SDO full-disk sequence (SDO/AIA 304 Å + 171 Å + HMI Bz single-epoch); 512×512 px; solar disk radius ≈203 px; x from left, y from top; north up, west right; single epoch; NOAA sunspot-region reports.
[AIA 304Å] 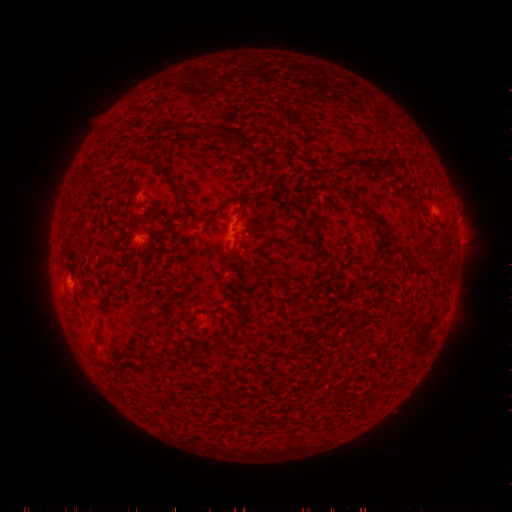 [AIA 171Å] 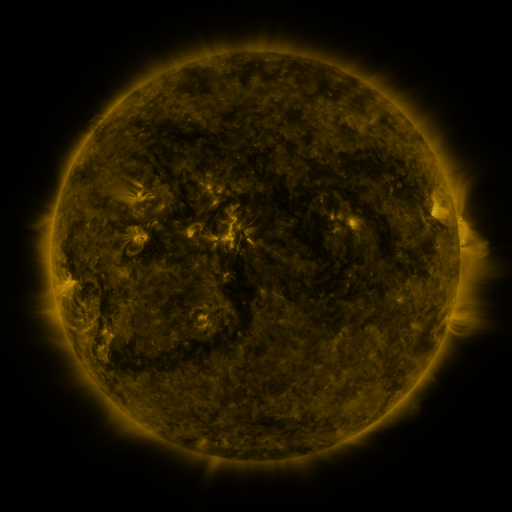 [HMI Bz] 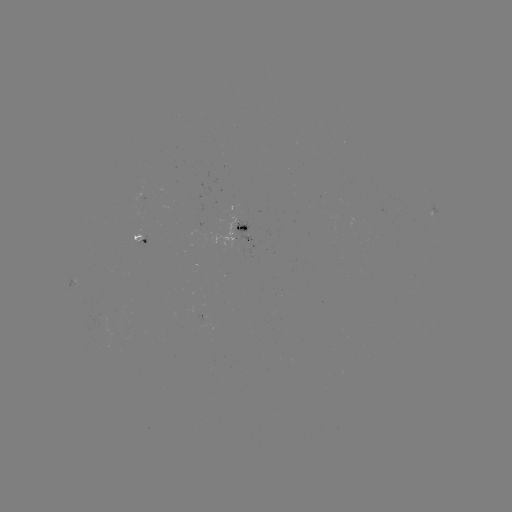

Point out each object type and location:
spotted active region: (434, 215)
spotted active region: (245, 231)
spotted active region: (139, 237)
